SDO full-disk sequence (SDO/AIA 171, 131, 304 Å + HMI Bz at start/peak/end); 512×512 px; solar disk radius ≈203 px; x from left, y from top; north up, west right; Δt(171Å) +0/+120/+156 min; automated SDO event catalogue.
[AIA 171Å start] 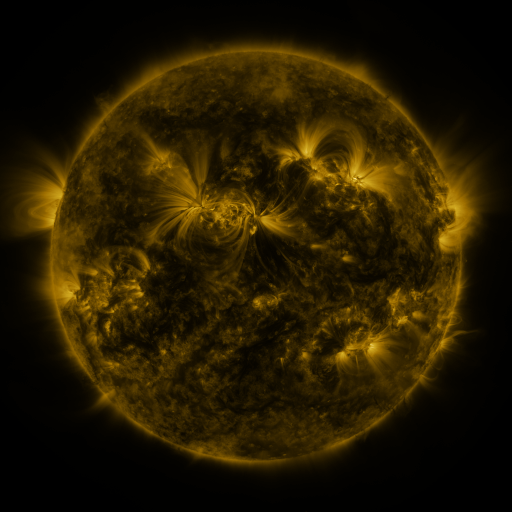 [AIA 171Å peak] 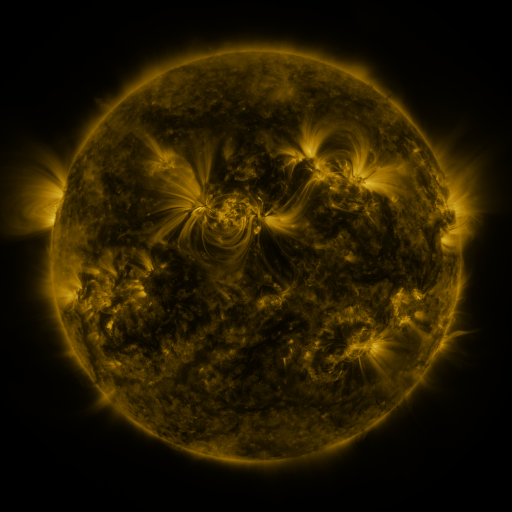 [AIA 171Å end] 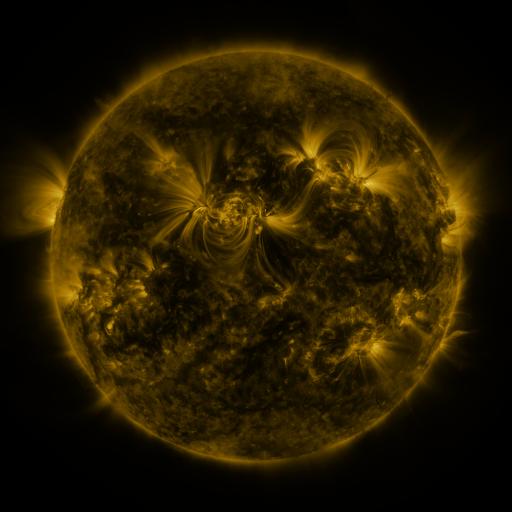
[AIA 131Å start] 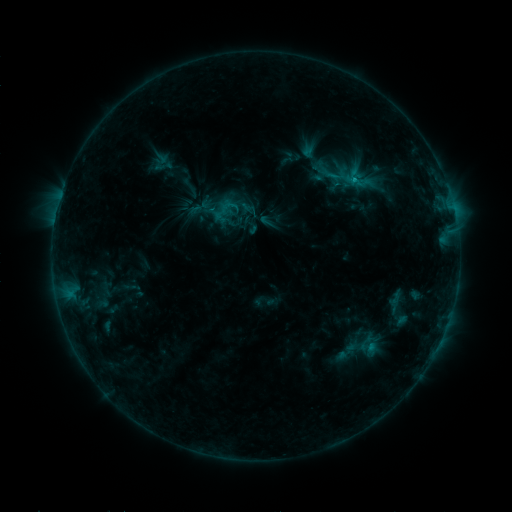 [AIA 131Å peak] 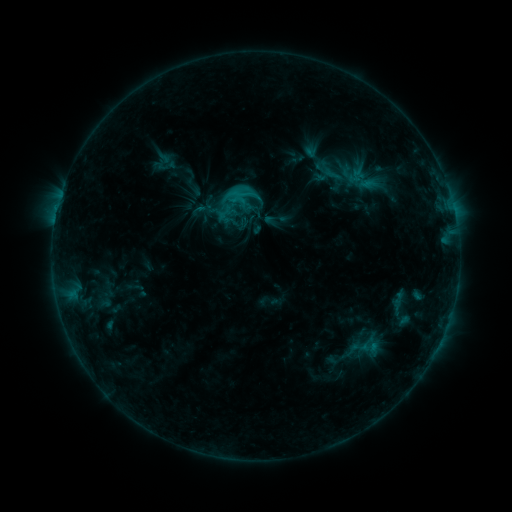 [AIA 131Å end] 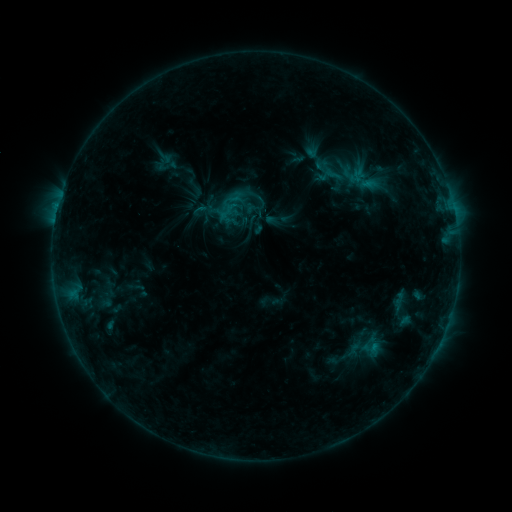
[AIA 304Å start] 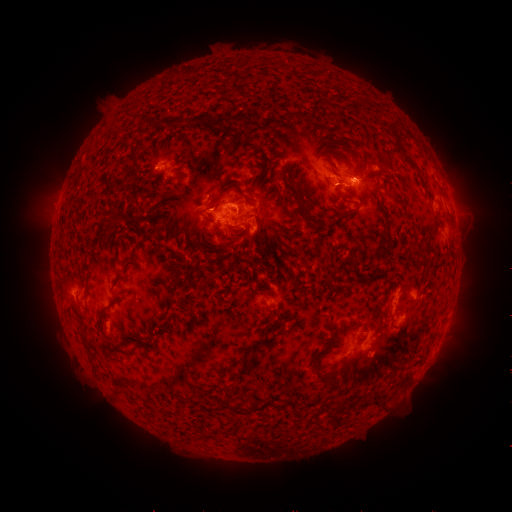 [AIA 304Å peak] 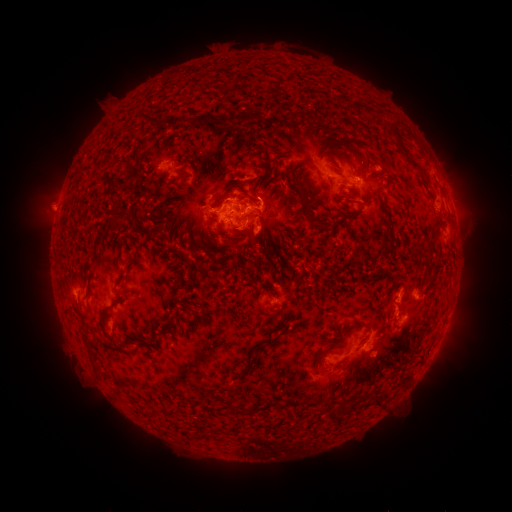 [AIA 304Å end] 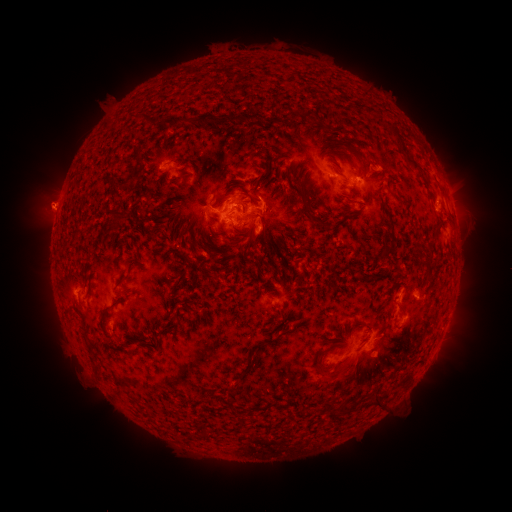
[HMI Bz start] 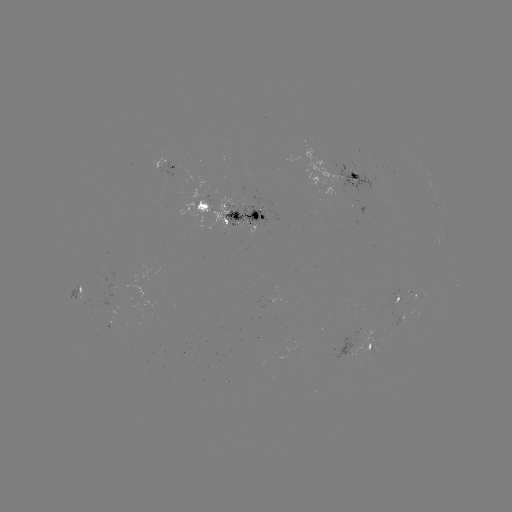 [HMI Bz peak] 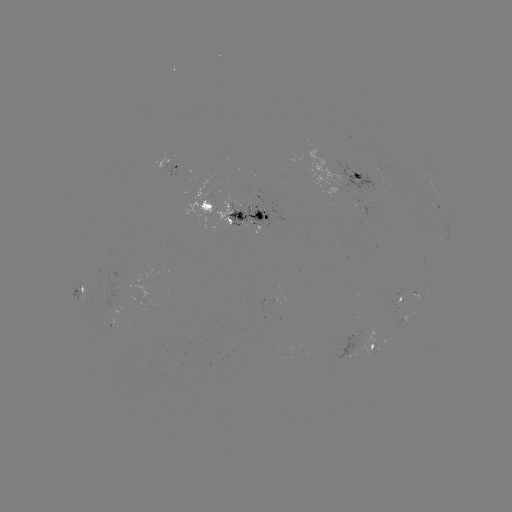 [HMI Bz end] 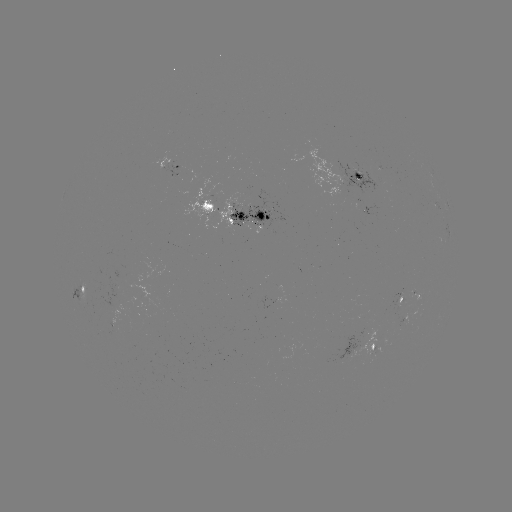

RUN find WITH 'emerging-flux region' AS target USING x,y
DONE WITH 355,174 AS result